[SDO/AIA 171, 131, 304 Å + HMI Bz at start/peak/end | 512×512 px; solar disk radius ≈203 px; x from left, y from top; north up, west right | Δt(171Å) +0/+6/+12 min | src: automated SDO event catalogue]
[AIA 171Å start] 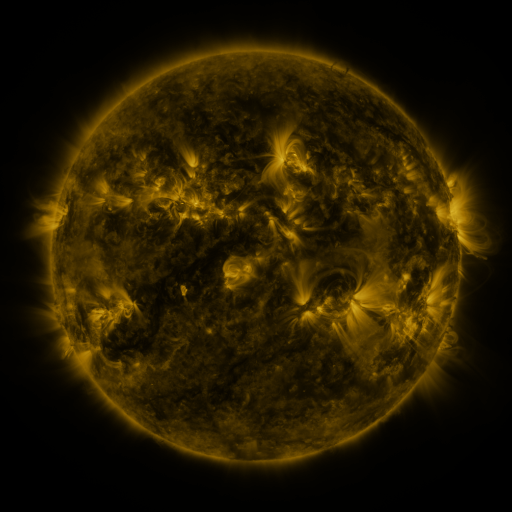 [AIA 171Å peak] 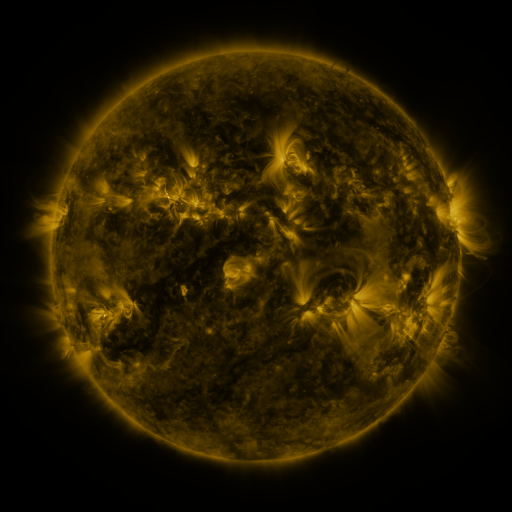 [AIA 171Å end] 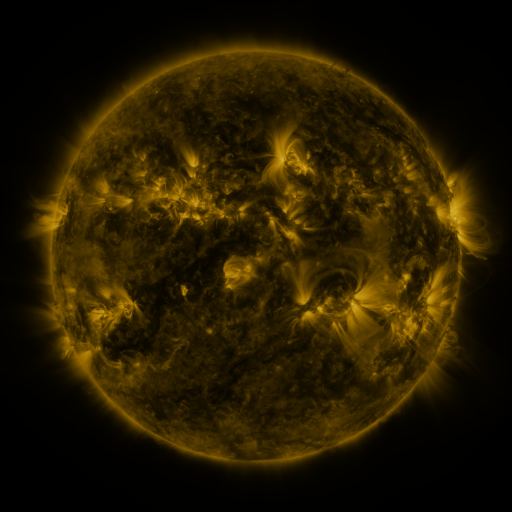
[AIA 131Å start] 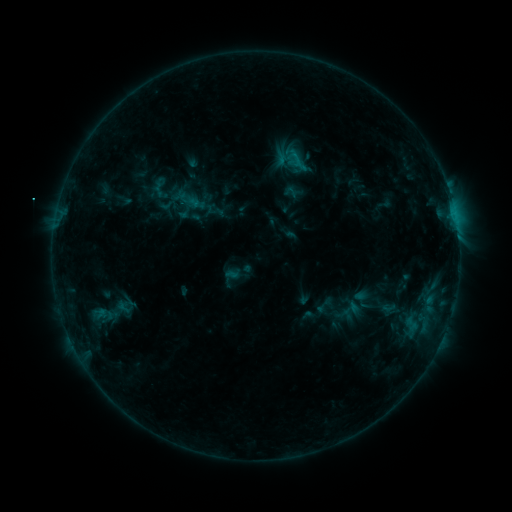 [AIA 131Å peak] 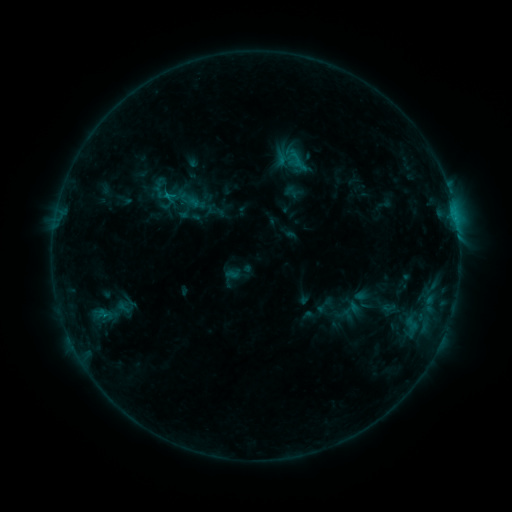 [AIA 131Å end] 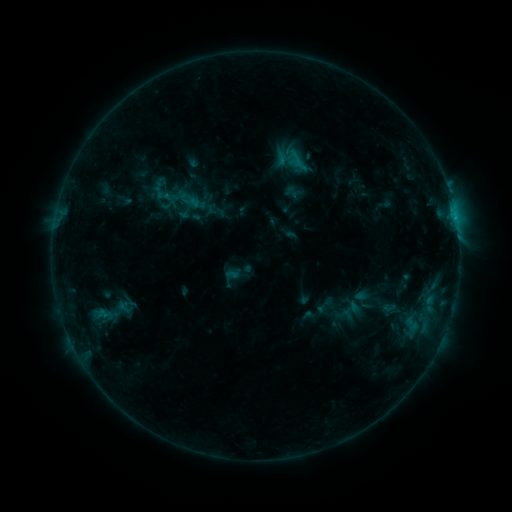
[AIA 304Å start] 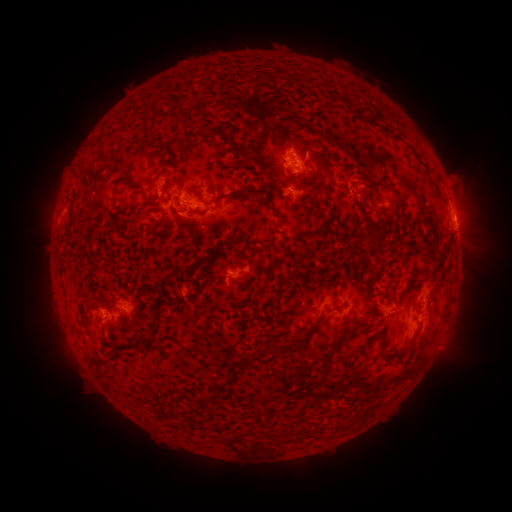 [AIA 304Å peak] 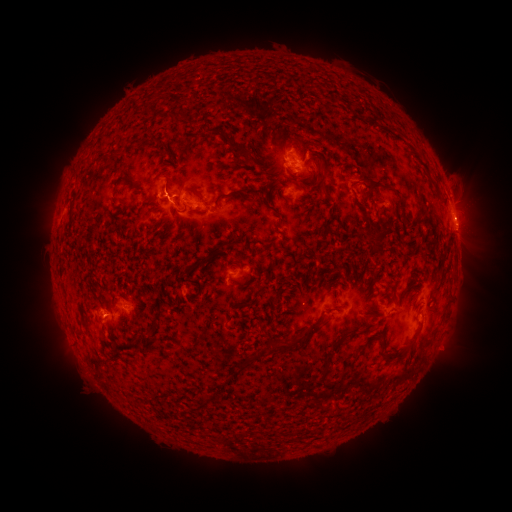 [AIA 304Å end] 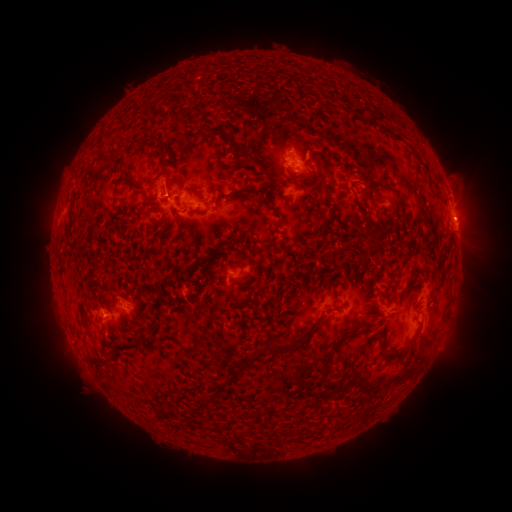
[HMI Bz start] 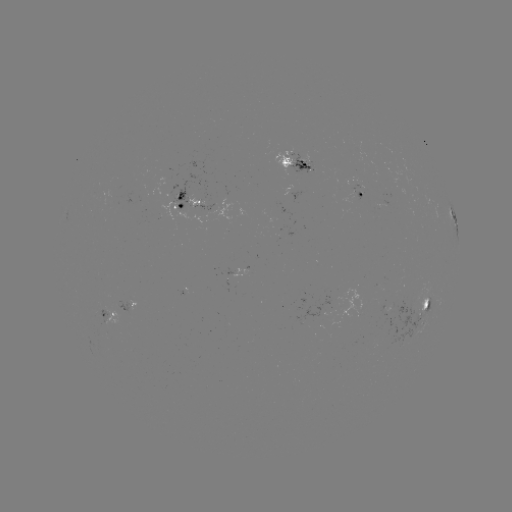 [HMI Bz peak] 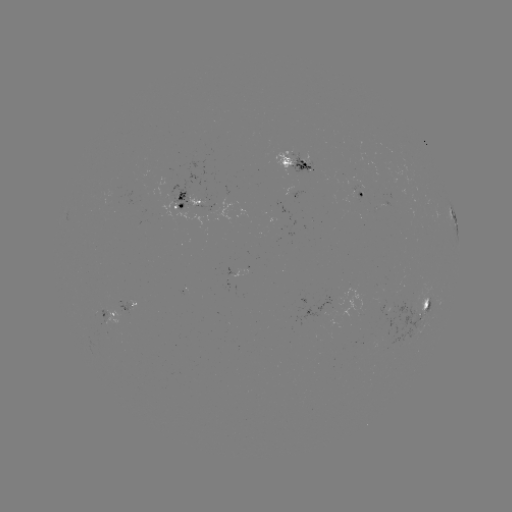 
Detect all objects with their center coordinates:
C1.0 flare: (168, 198)
